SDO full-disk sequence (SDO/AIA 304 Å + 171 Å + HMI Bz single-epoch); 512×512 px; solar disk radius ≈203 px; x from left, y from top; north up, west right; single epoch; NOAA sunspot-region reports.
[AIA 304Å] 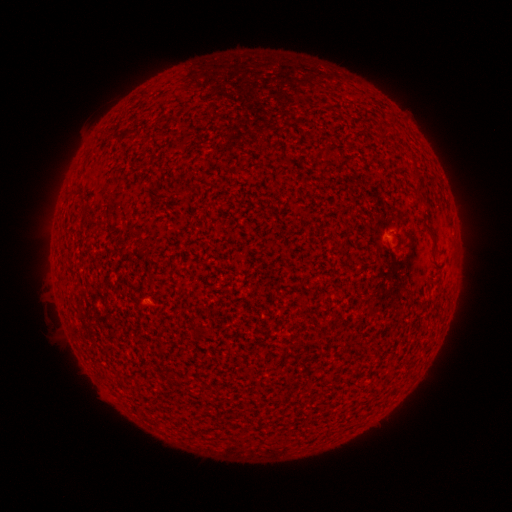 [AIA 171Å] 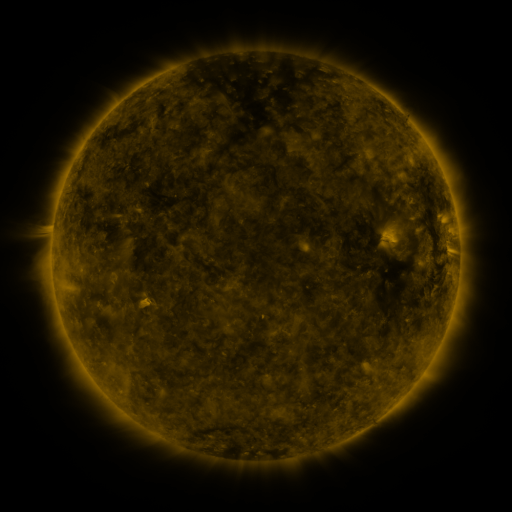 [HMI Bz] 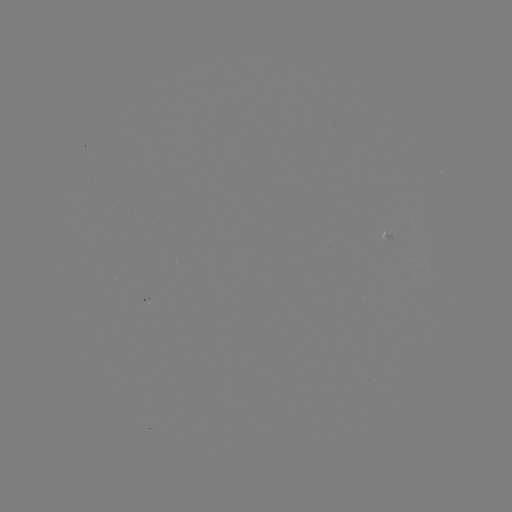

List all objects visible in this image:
(none)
